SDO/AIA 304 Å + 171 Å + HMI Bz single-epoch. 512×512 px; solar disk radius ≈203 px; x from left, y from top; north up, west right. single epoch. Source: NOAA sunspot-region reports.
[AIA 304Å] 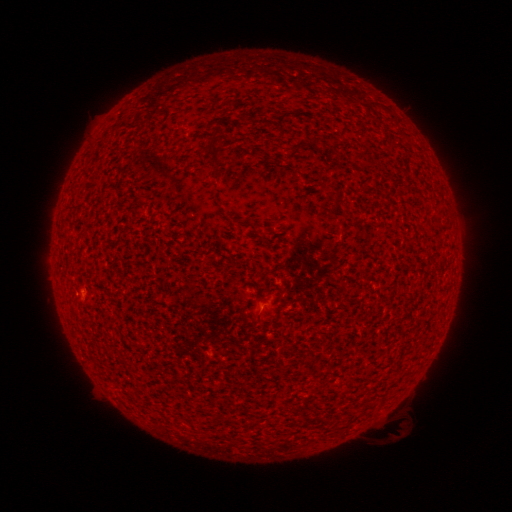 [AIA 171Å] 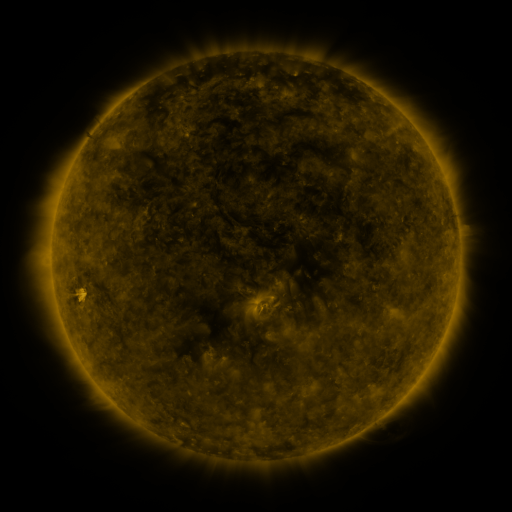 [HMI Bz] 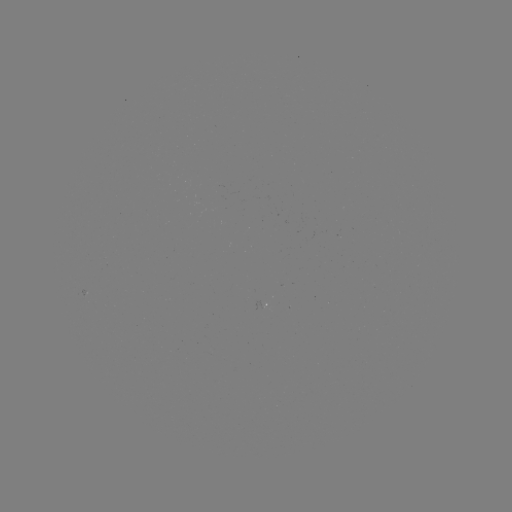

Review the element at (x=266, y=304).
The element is spotted active region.